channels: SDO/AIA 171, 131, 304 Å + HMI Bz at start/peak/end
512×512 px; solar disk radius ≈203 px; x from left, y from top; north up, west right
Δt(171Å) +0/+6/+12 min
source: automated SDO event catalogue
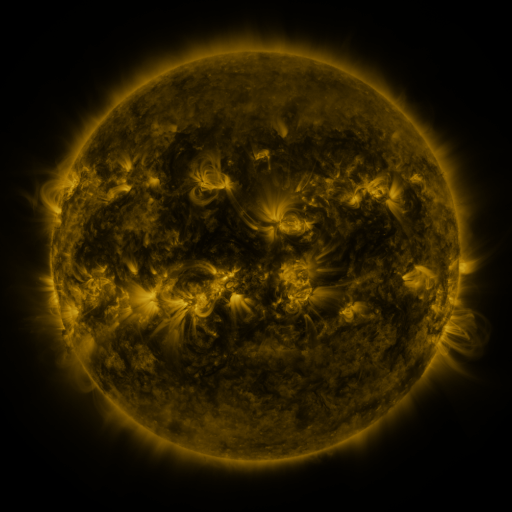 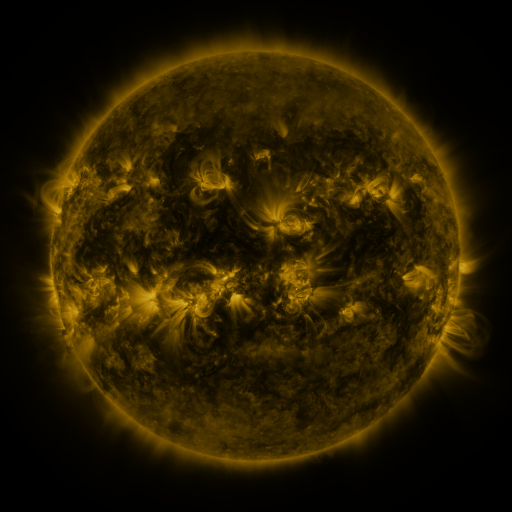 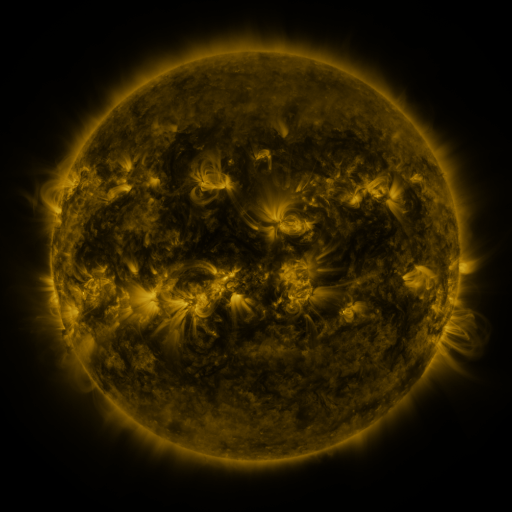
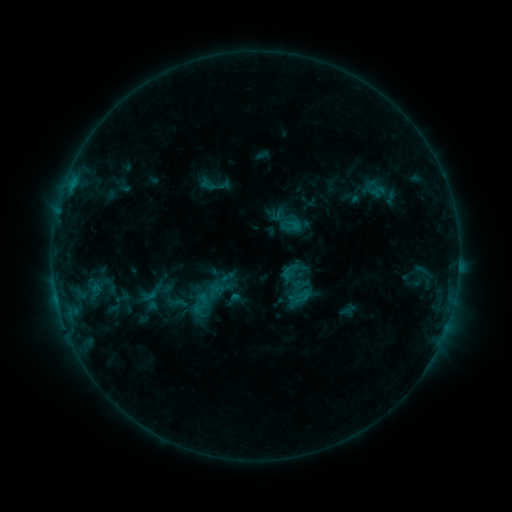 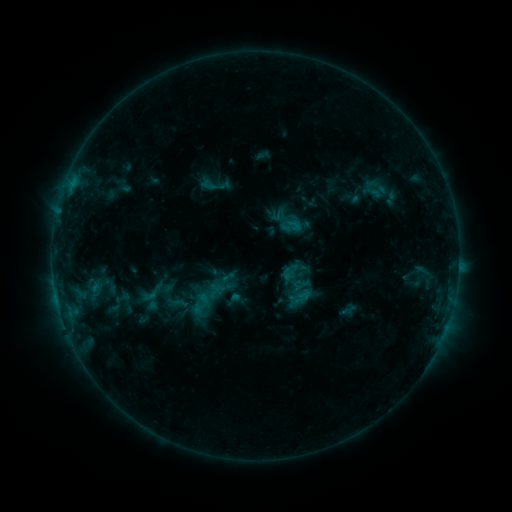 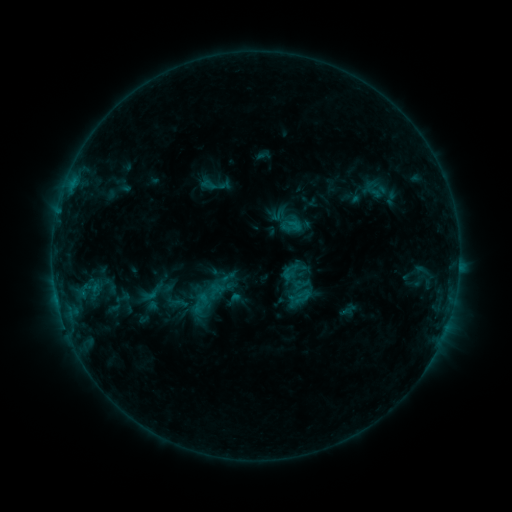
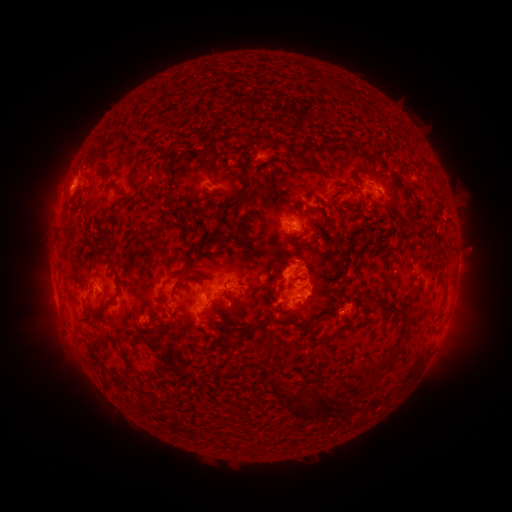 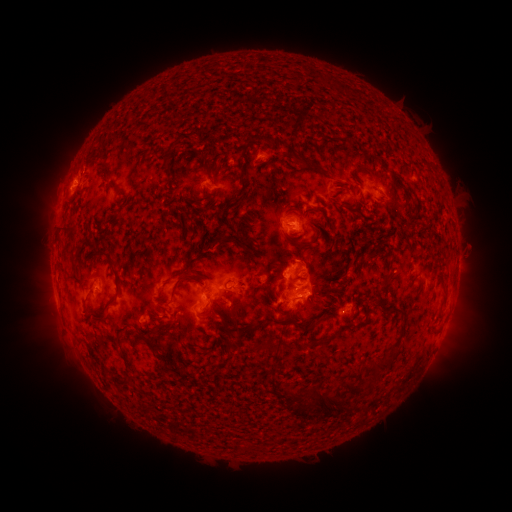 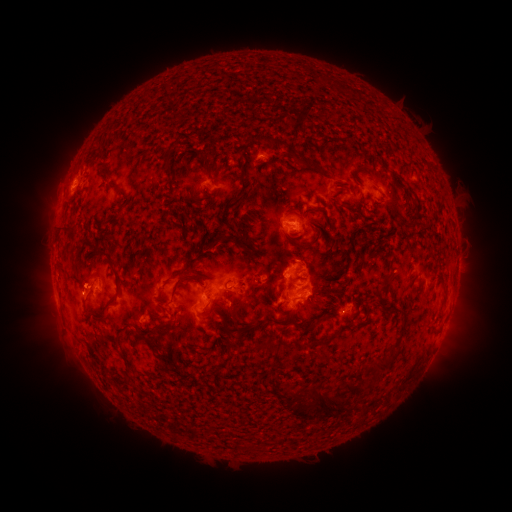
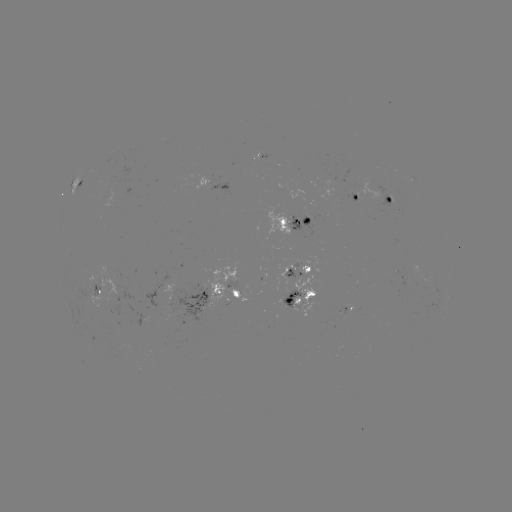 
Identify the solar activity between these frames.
no catalogued flare and no flagged EUV brightening in this window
